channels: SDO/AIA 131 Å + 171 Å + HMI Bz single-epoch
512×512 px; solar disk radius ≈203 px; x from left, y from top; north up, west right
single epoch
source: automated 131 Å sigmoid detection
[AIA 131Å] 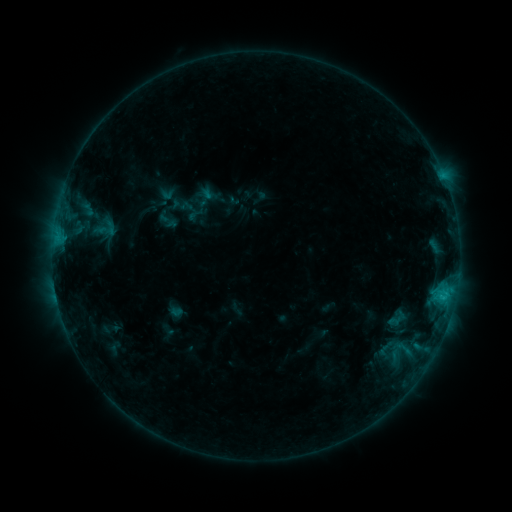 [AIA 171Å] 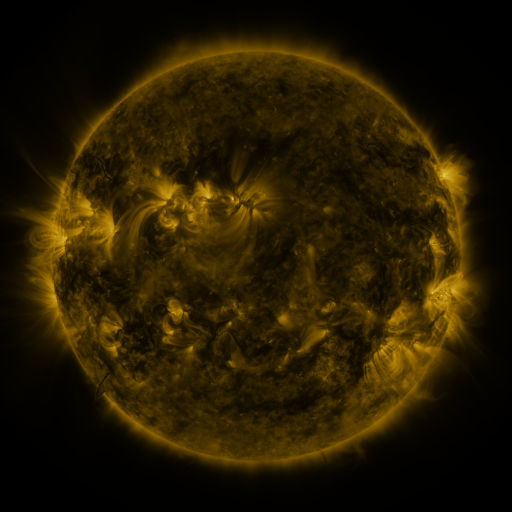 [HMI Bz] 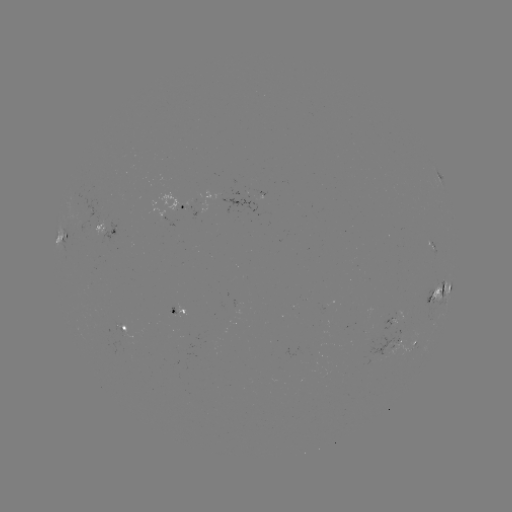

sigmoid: [91, 210, 121, 245]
